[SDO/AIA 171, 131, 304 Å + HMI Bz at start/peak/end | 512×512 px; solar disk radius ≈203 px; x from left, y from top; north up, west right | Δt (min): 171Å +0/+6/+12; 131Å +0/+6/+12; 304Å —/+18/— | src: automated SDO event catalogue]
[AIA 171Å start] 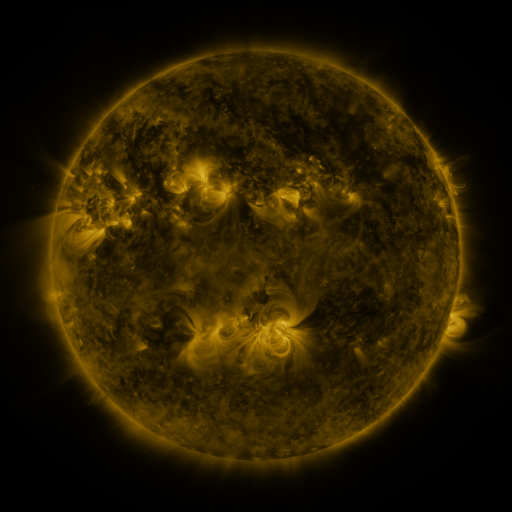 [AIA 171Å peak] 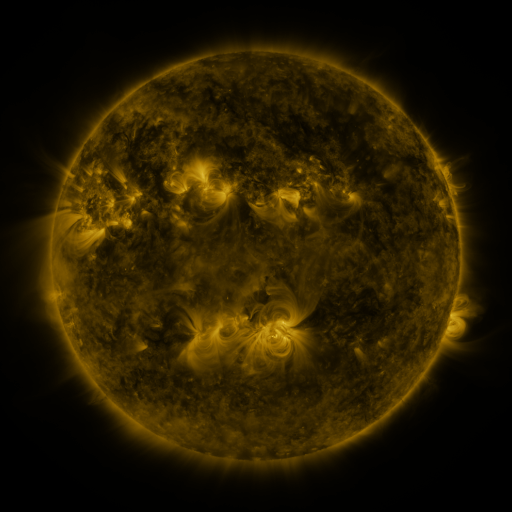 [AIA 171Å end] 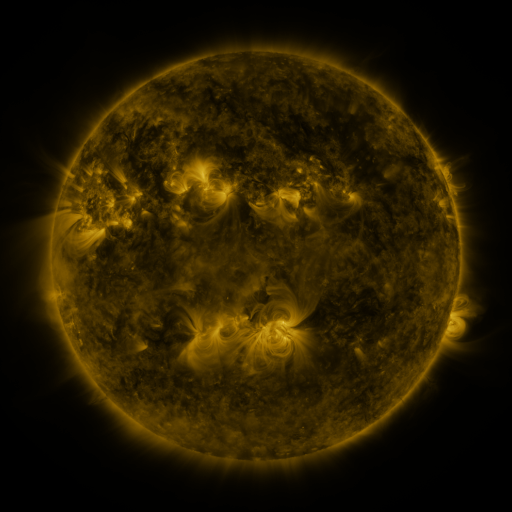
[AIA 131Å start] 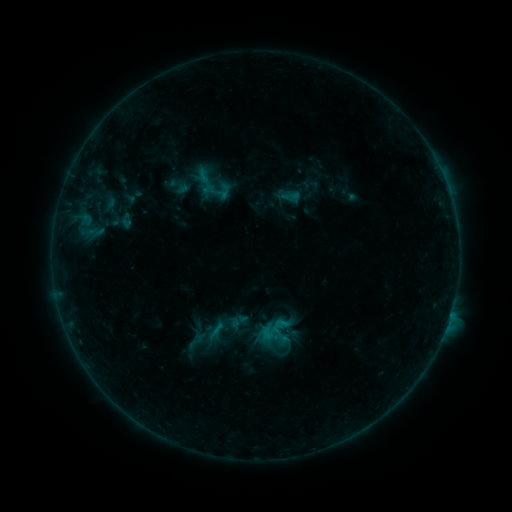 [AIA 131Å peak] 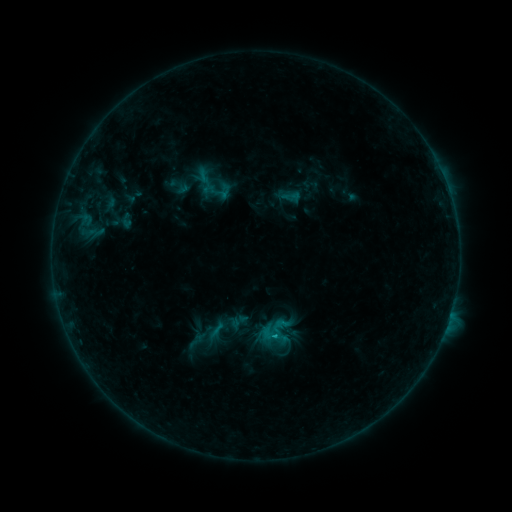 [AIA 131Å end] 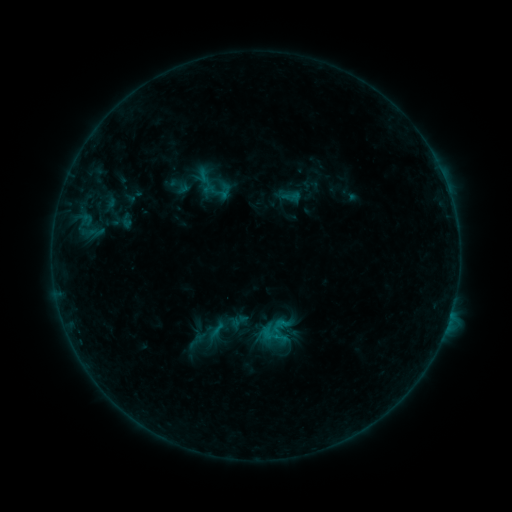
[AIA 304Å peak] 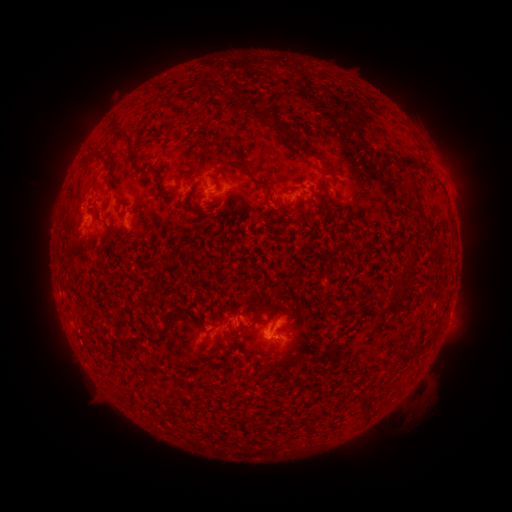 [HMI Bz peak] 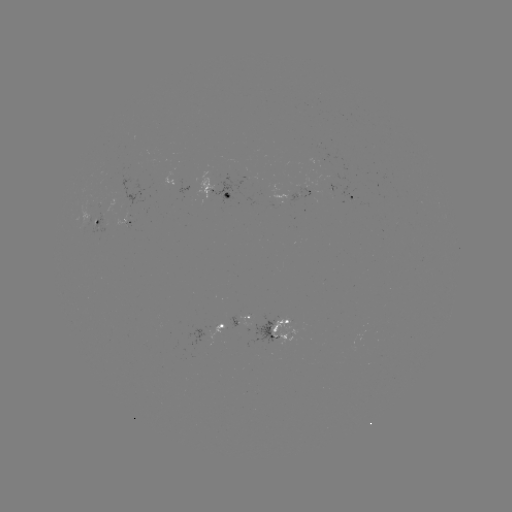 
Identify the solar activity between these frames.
B4.0 flare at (275, 337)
